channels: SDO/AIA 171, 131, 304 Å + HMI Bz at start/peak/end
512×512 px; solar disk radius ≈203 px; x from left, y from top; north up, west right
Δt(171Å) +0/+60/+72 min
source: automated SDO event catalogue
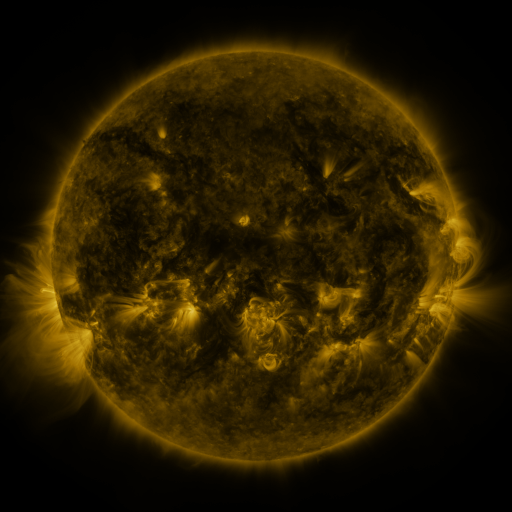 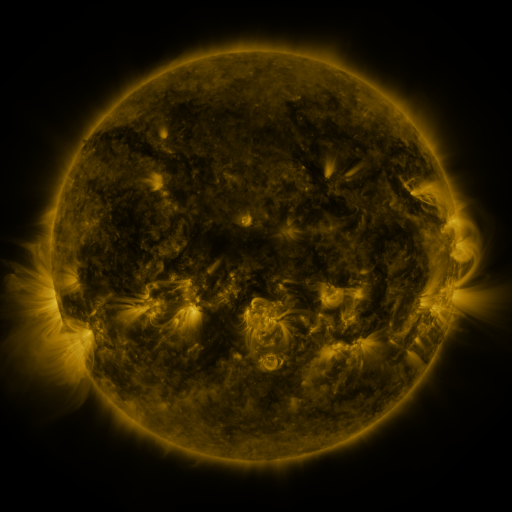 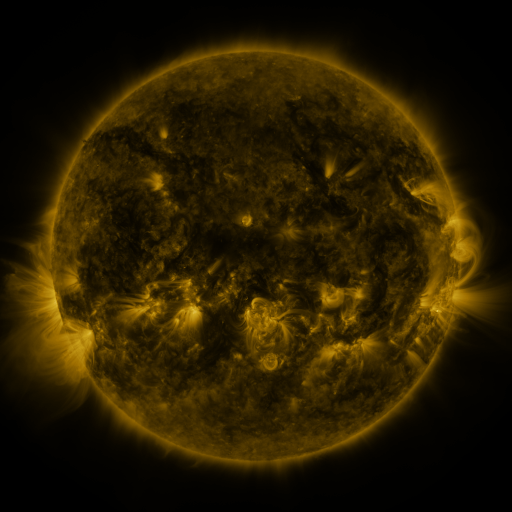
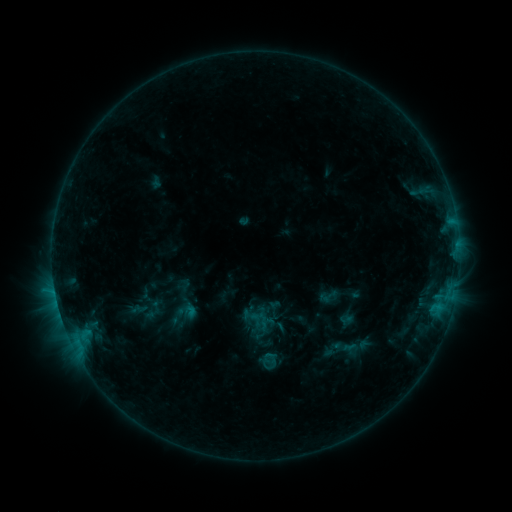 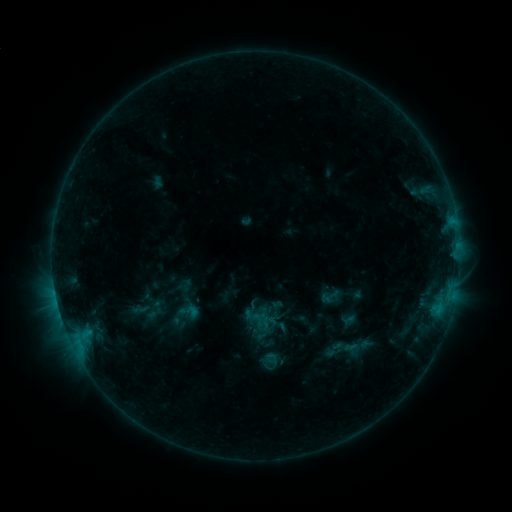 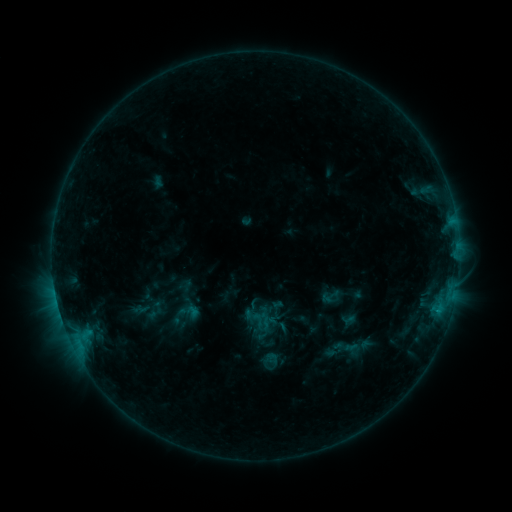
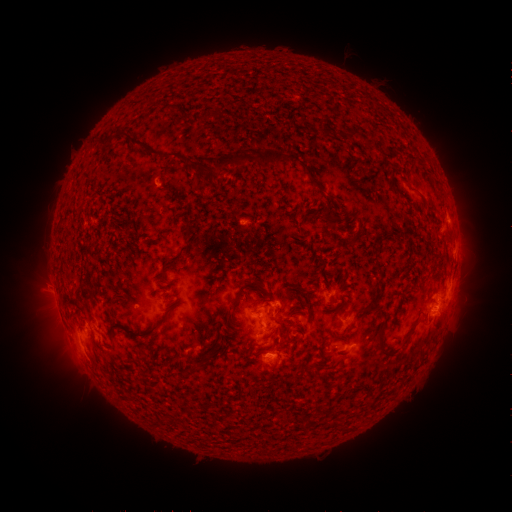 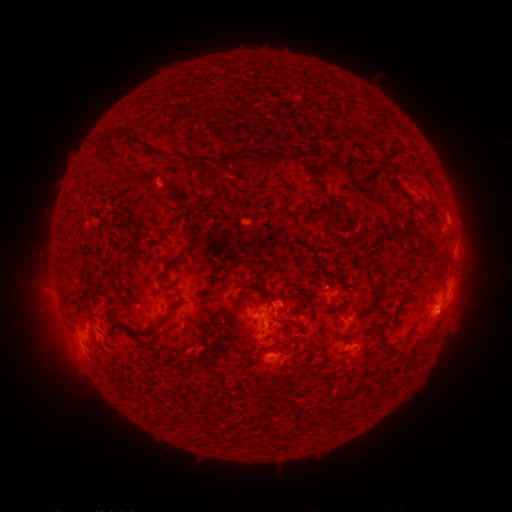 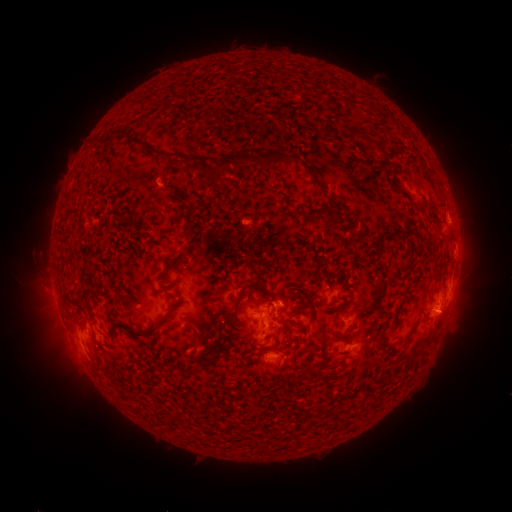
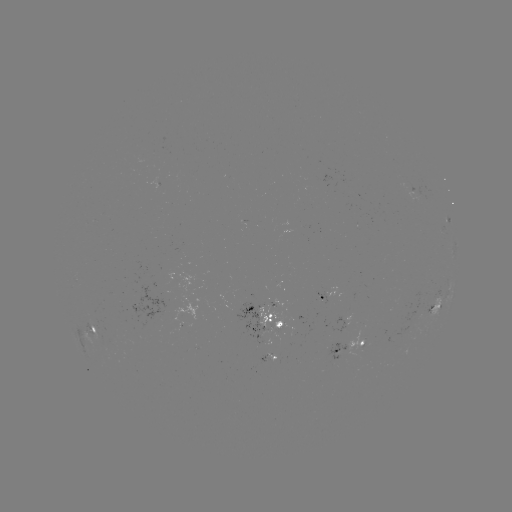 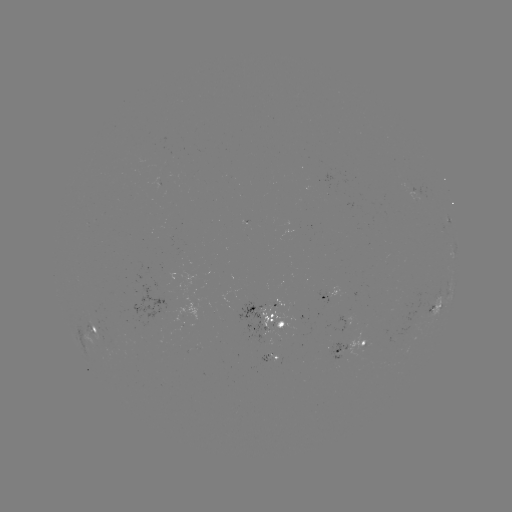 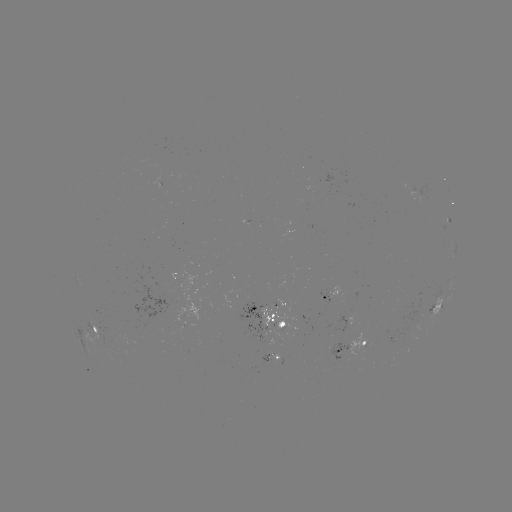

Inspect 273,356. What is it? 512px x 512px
emerging-flux region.